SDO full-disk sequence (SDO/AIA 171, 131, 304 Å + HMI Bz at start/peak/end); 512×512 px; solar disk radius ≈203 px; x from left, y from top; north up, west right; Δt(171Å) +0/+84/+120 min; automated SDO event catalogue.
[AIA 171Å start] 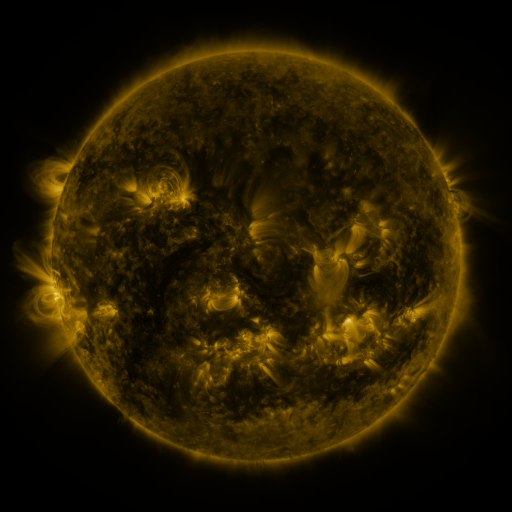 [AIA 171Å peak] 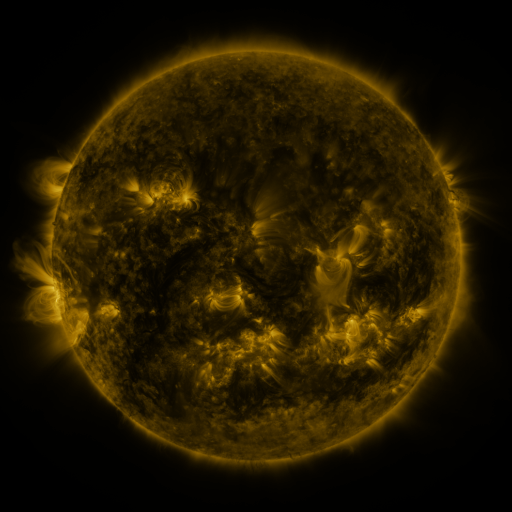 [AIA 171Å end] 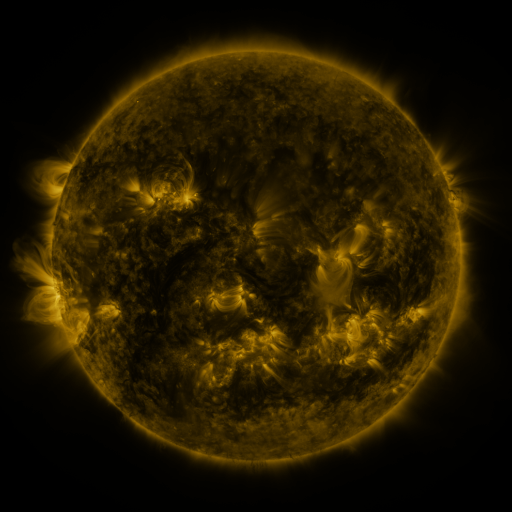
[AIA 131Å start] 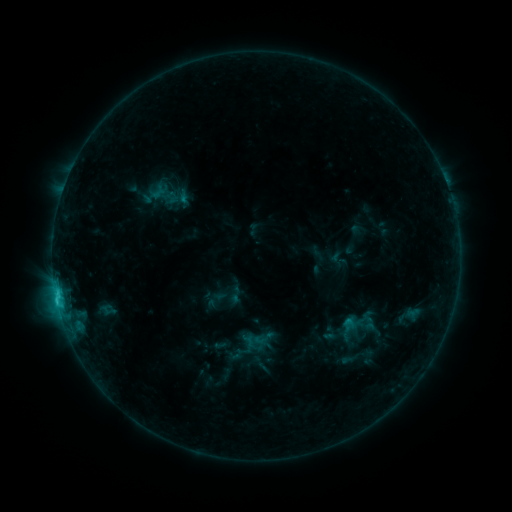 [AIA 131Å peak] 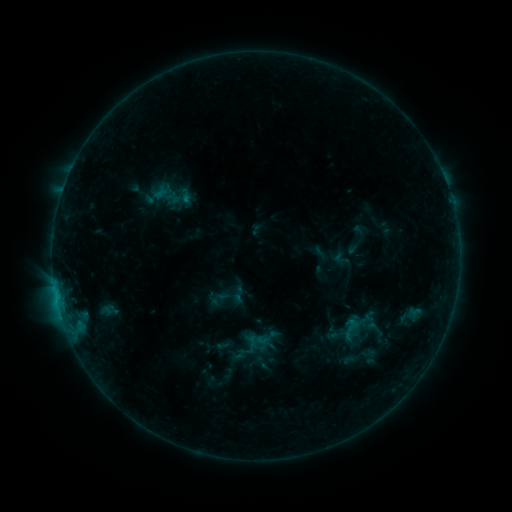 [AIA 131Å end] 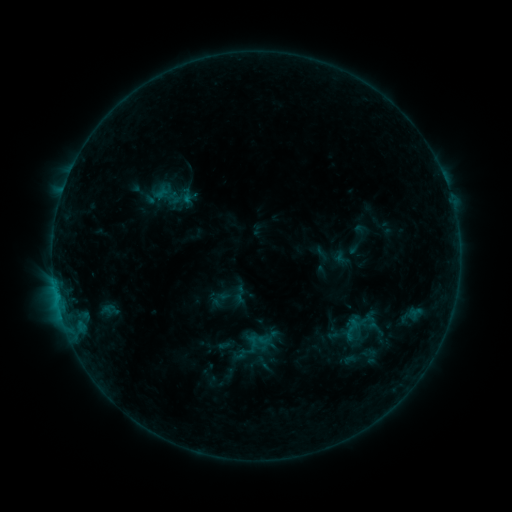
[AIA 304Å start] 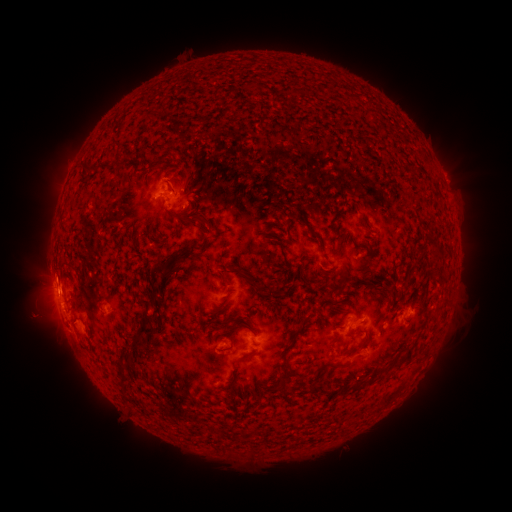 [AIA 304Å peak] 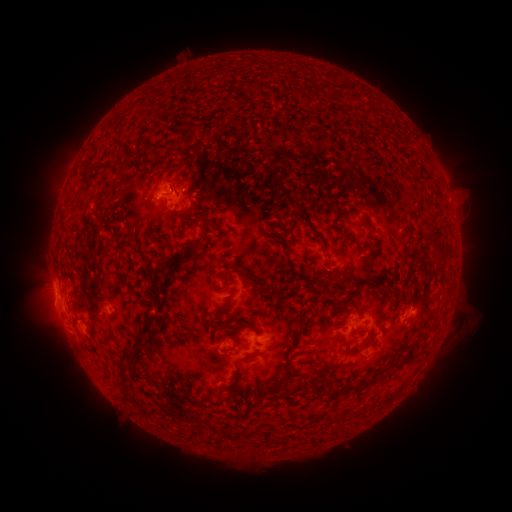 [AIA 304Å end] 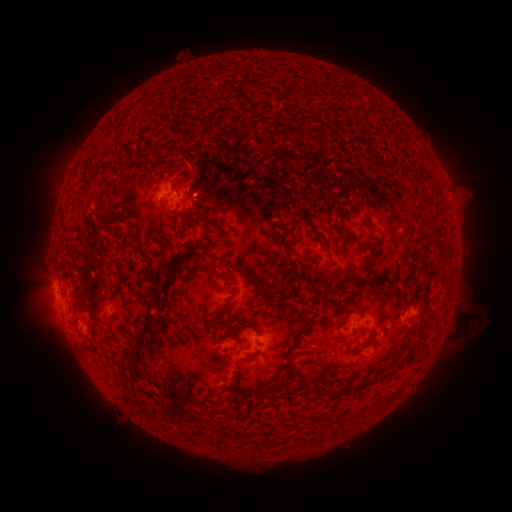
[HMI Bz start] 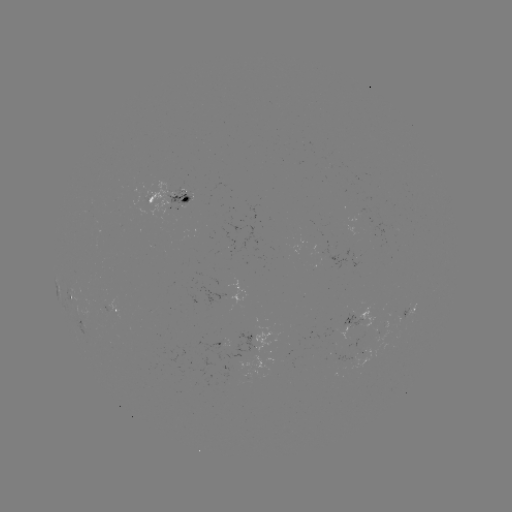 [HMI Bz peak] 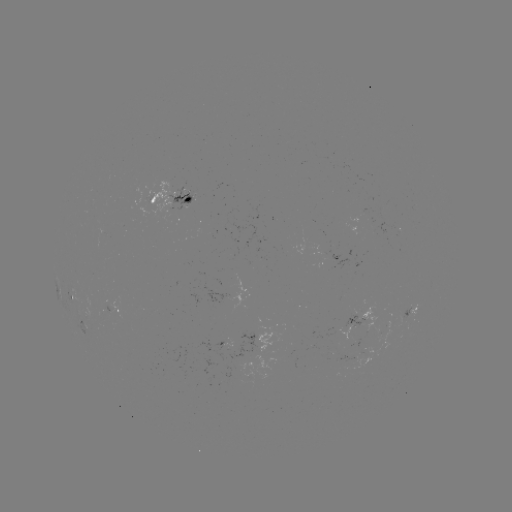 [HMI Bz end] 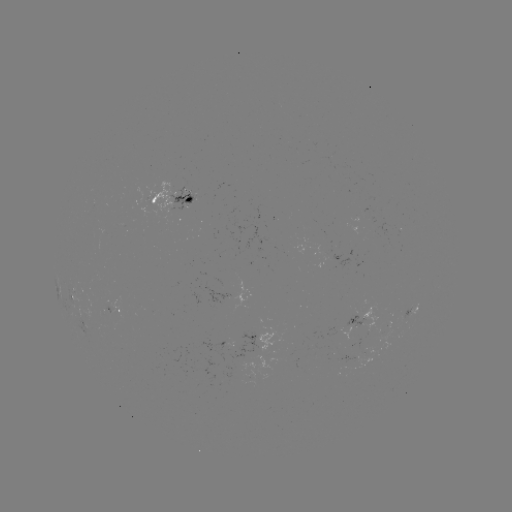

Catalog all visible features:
emerging-flux region: (189, 195)
